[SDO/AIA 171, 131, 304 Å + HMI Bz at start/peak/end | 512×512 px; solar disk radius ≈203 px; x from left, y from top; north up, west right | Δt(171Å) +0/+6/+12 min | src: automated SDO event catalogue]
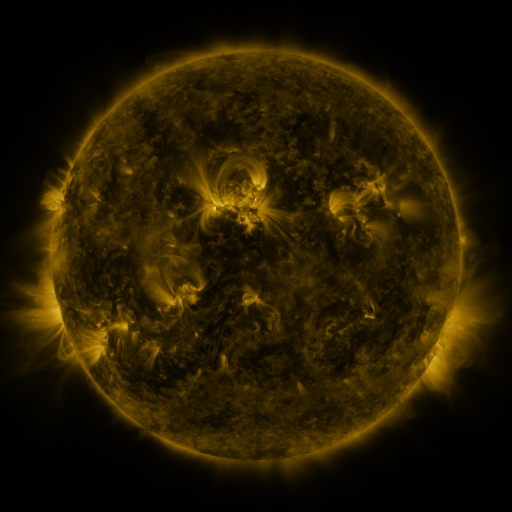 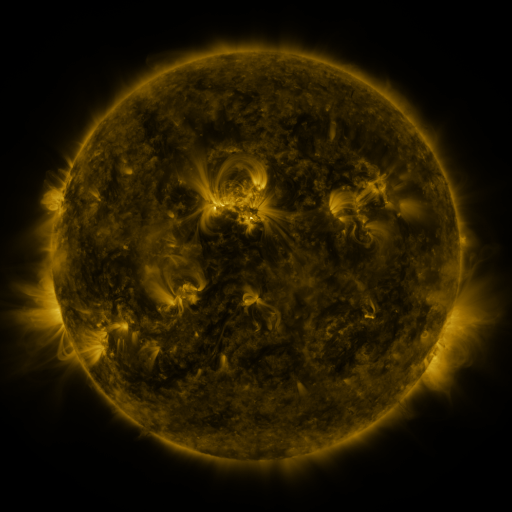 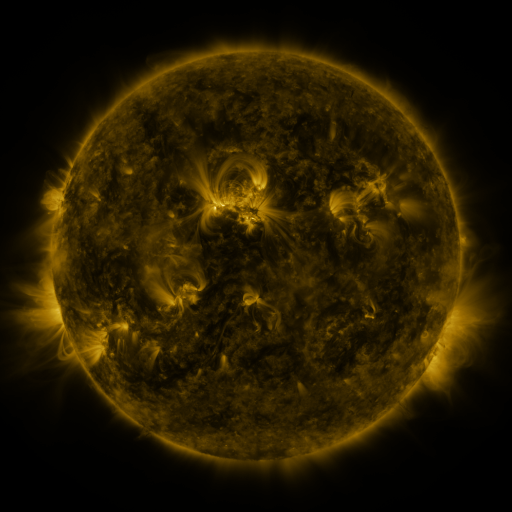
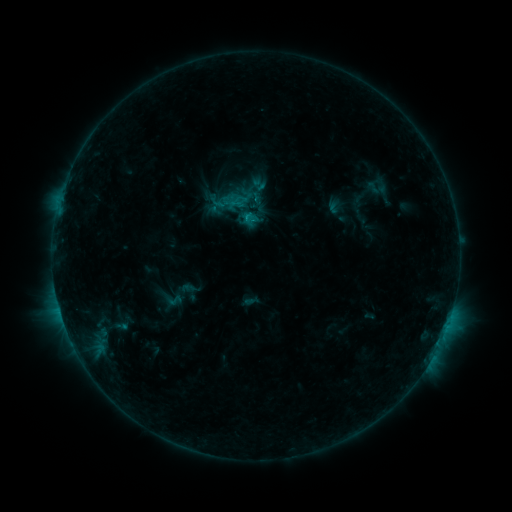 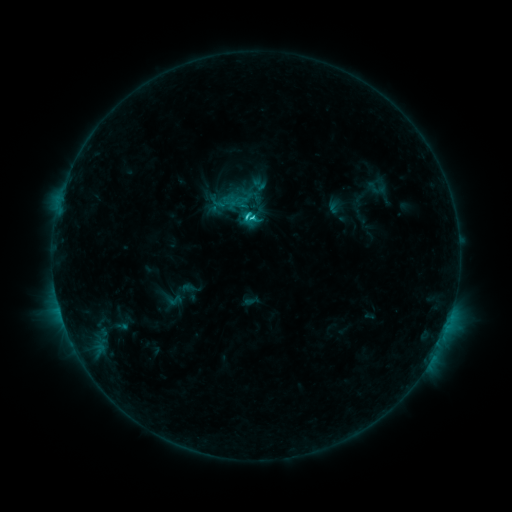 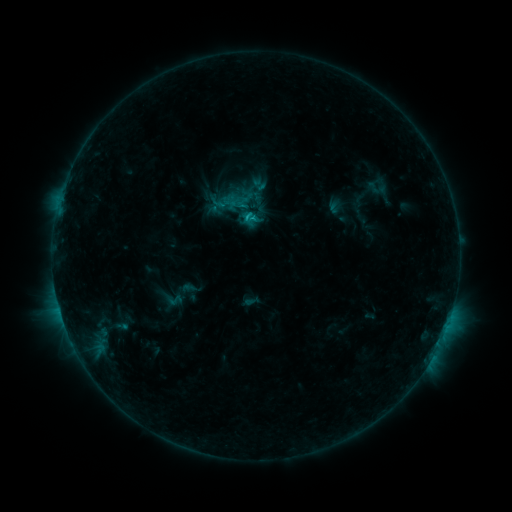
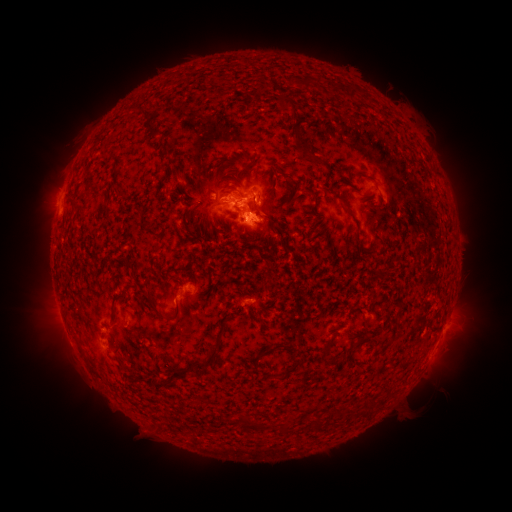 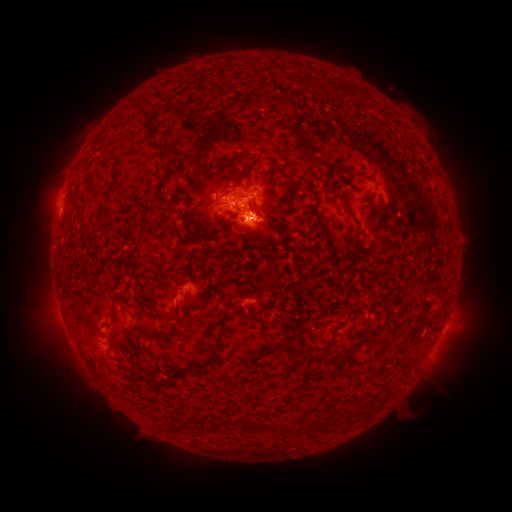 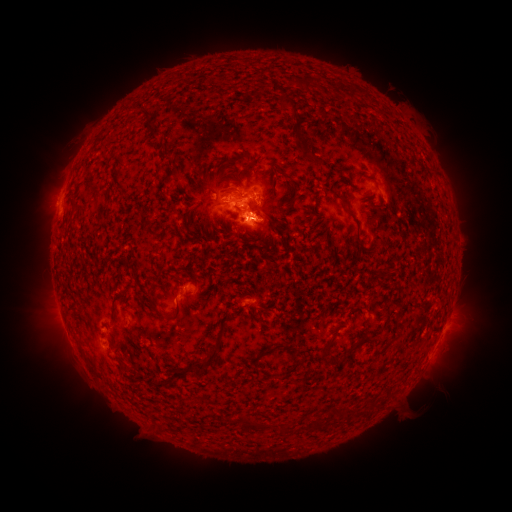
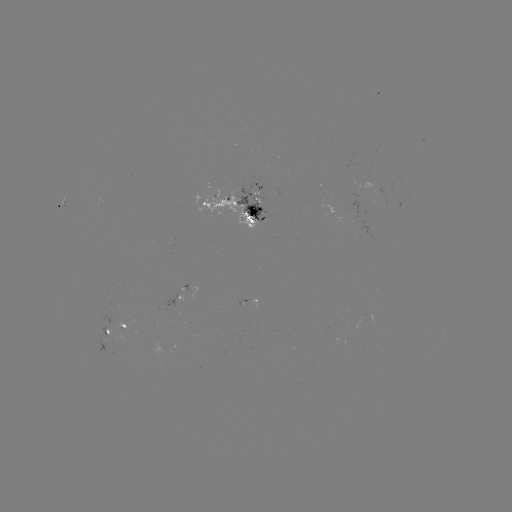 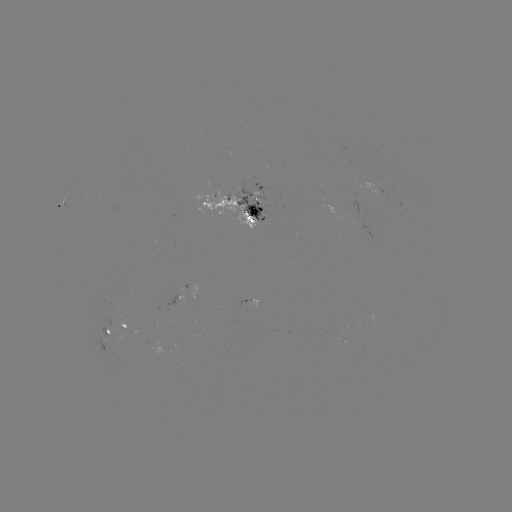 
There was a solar flare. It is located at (248, 220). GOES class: C1.9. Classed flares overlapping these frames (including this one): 1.